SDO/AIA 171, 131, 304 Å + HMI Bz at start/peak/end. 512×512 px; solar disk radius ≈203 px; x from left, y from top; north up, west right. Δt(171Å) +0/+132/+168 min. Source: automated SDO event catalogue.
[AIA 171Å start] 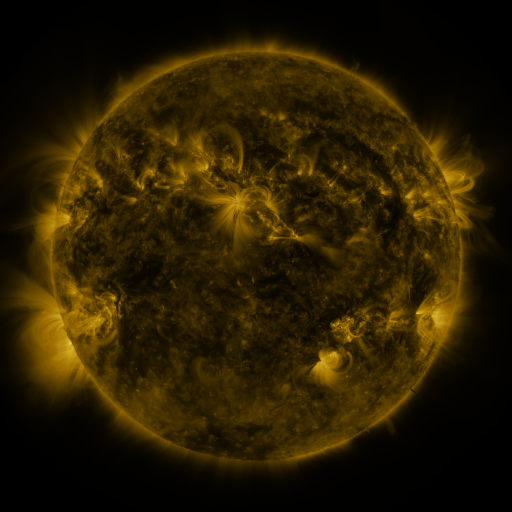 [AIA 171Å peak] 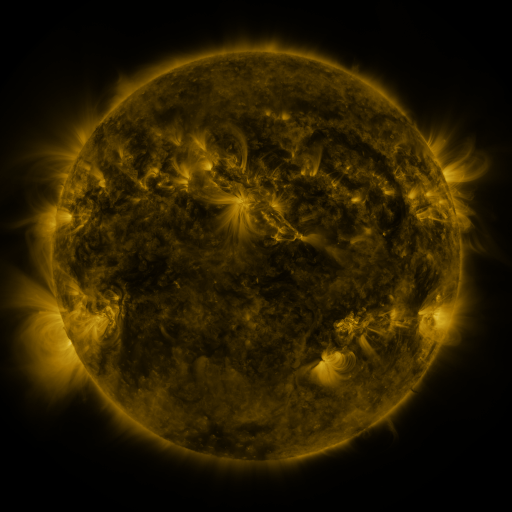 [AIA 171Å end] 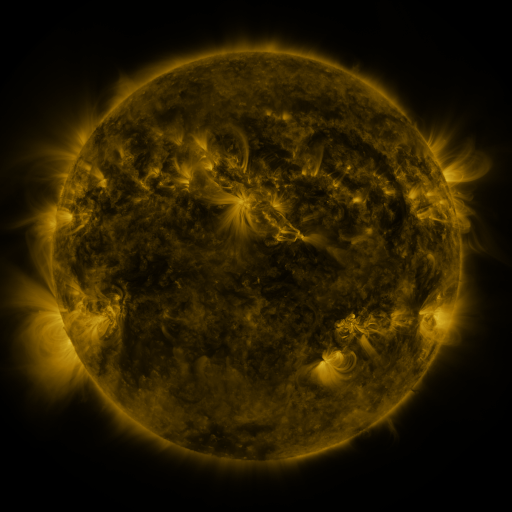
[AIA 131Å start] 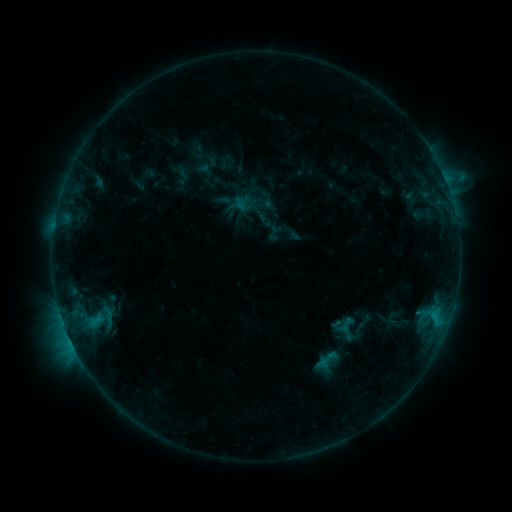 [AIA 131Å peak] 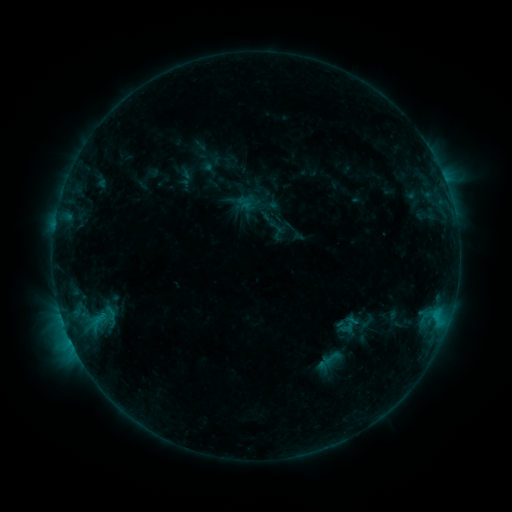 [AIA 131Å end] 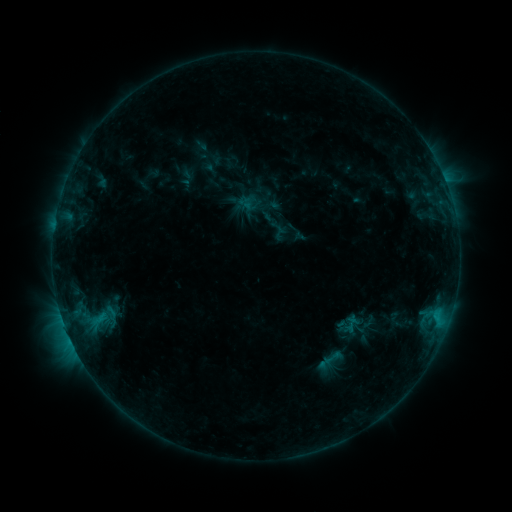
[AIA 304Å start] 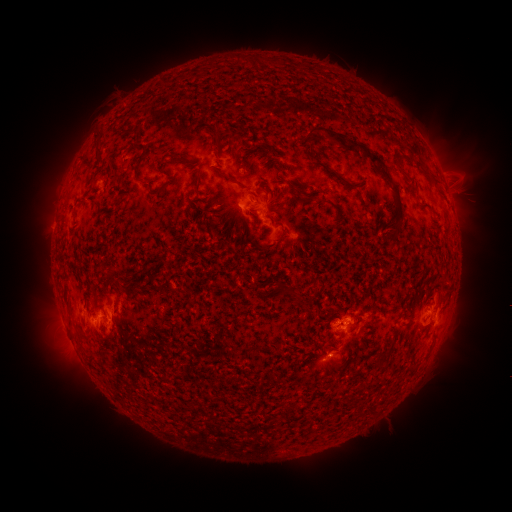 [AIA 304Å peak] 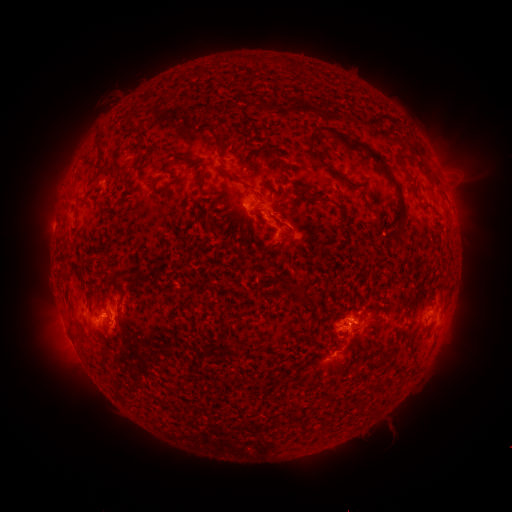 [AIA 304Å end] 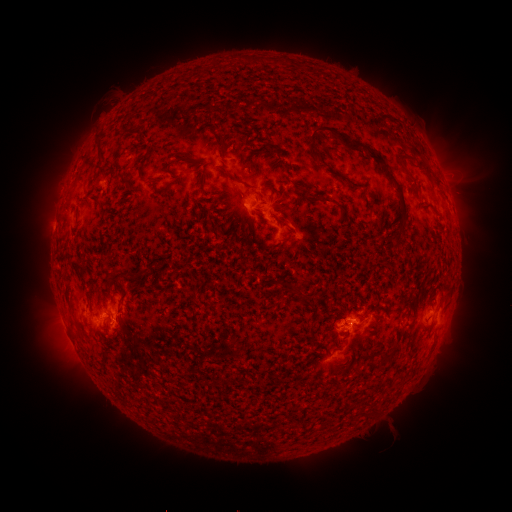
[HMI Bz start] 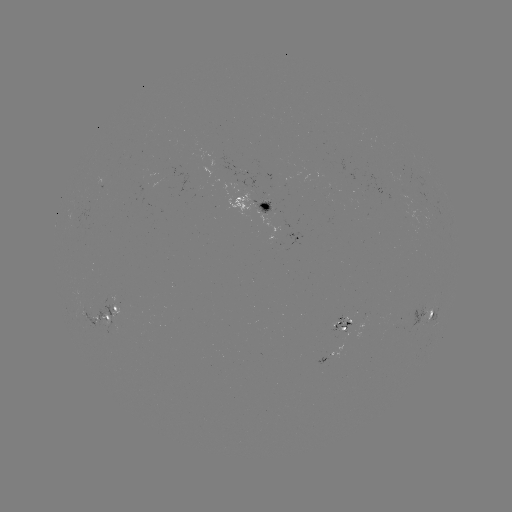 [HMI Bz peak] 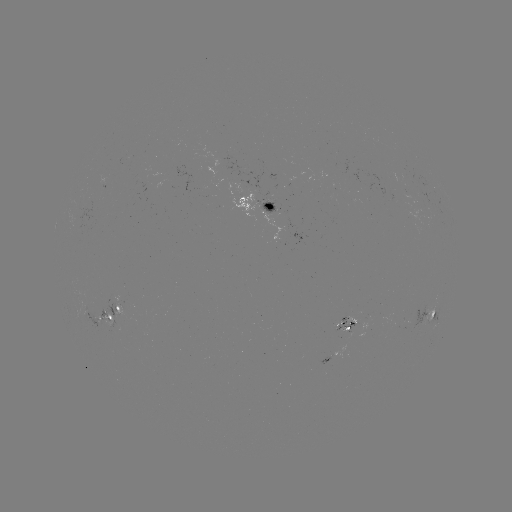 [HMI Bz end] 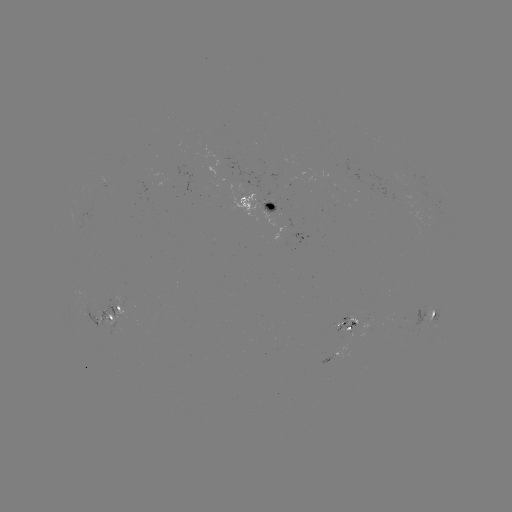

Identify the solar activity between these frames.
emerging-flux region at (394, 199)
